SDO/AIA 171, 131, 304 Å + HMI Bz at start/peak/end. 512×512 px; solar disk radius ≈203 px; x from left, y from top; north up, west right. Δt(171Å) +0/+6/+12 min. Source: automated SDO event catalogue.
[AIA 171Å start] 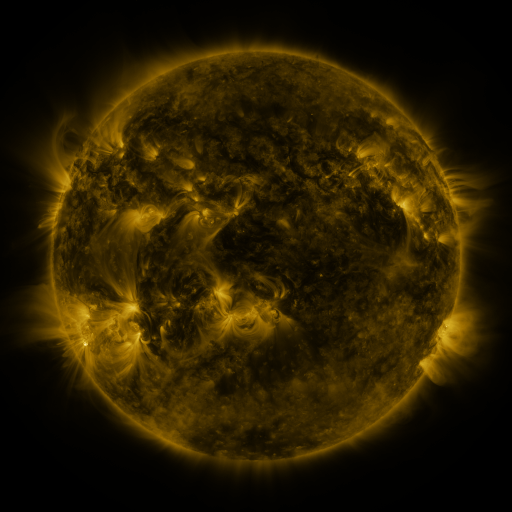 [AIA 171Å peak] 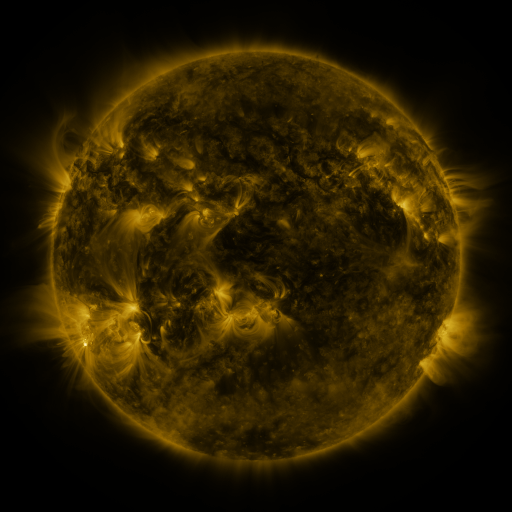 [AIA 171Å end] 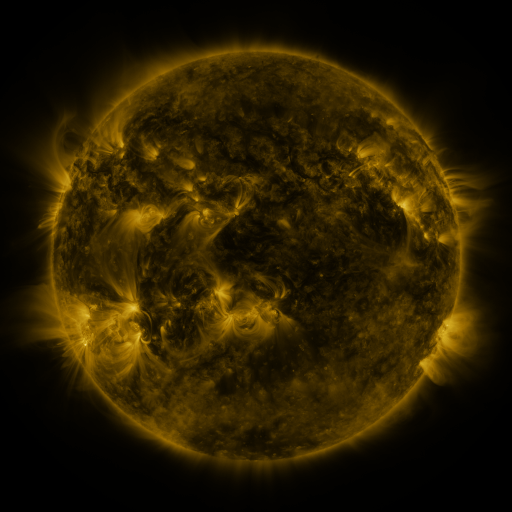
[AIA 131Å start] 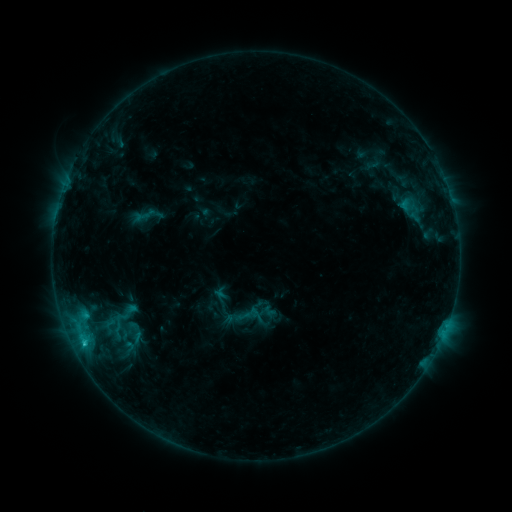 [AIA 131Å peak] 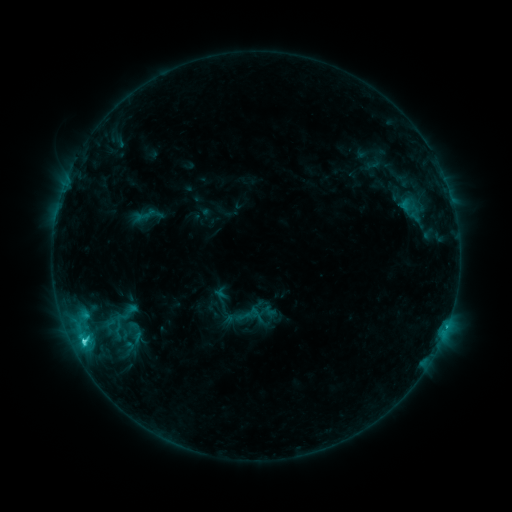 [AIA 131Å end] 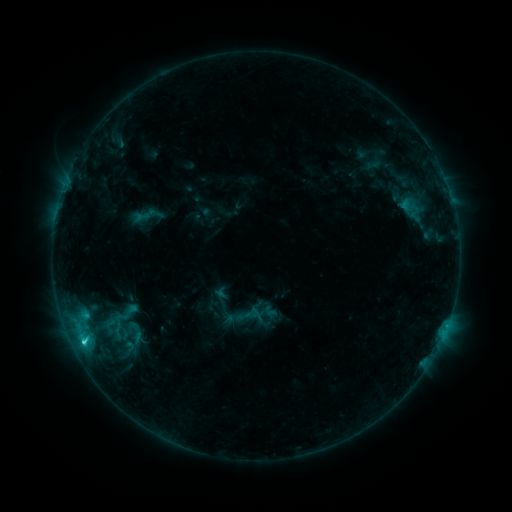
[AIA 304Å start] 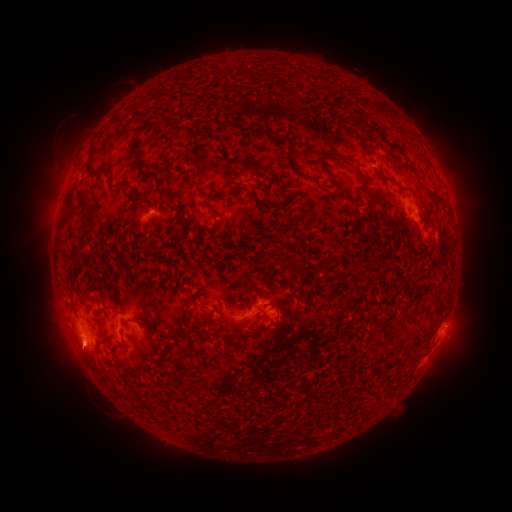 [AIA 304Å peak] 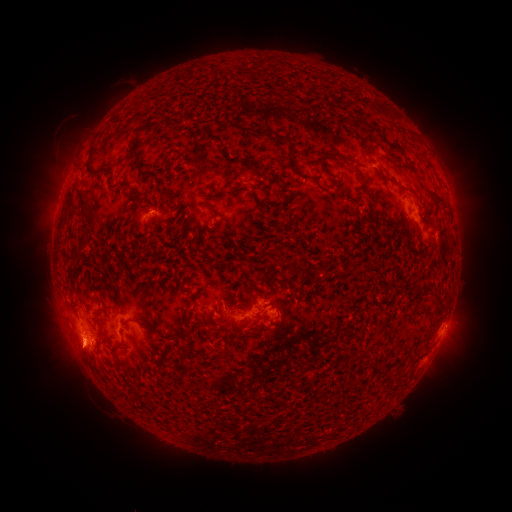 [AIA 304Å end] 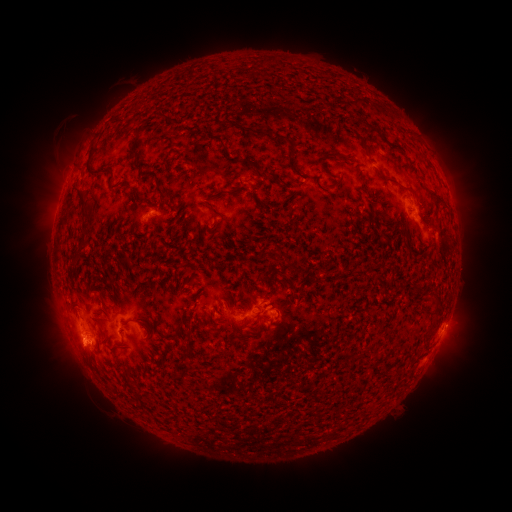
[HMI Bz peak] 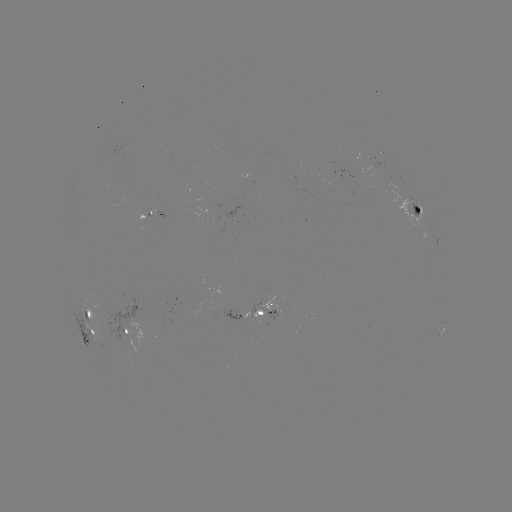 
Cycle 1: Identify C2.3 flare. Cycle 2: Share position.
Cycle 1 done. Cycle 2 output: [83, 338].